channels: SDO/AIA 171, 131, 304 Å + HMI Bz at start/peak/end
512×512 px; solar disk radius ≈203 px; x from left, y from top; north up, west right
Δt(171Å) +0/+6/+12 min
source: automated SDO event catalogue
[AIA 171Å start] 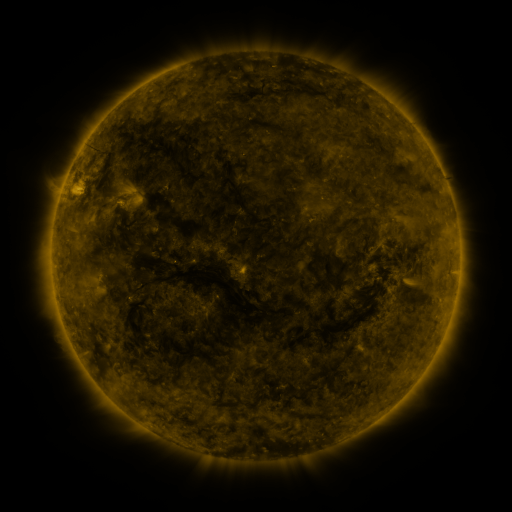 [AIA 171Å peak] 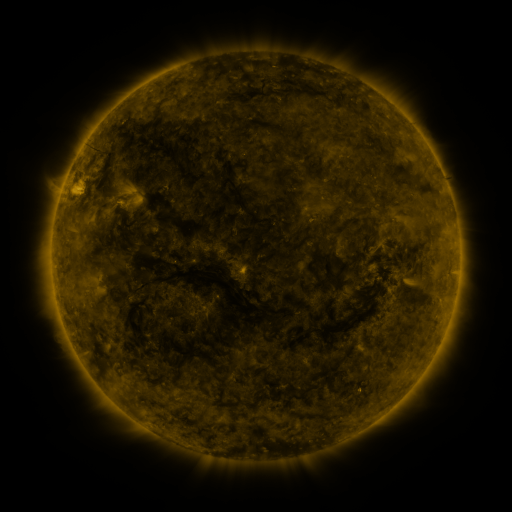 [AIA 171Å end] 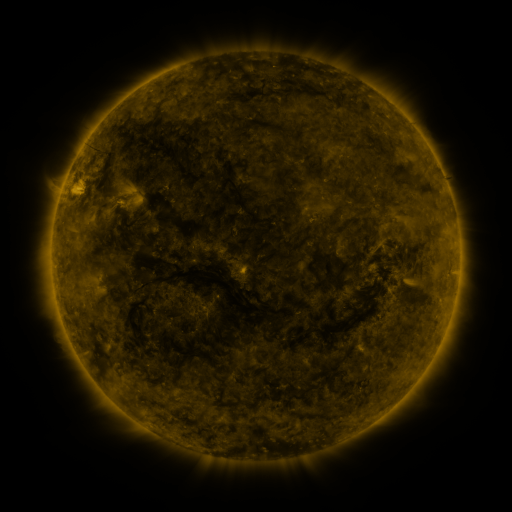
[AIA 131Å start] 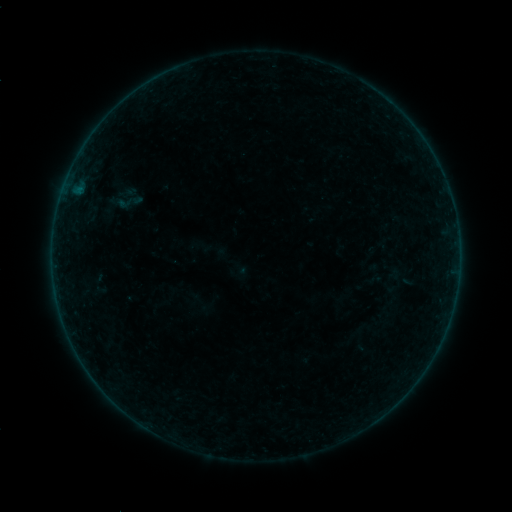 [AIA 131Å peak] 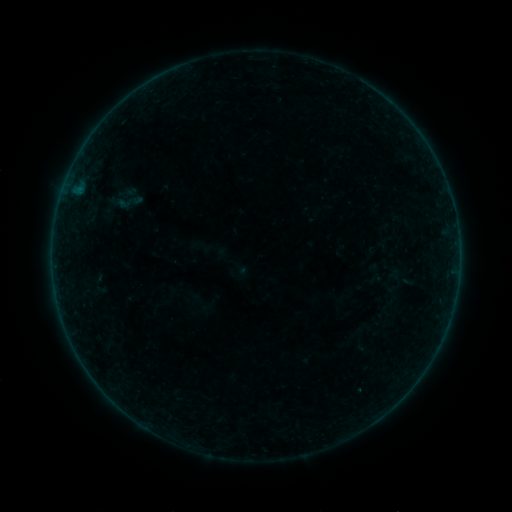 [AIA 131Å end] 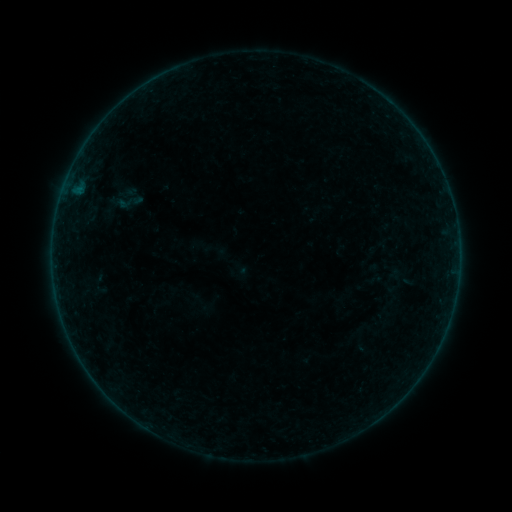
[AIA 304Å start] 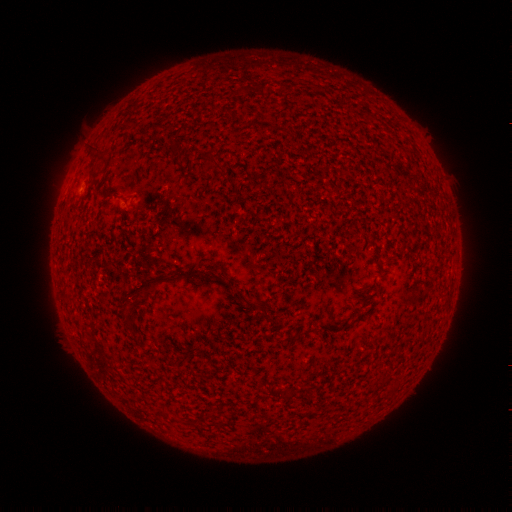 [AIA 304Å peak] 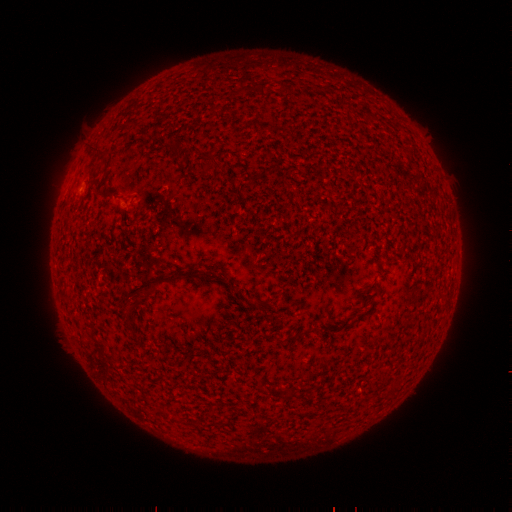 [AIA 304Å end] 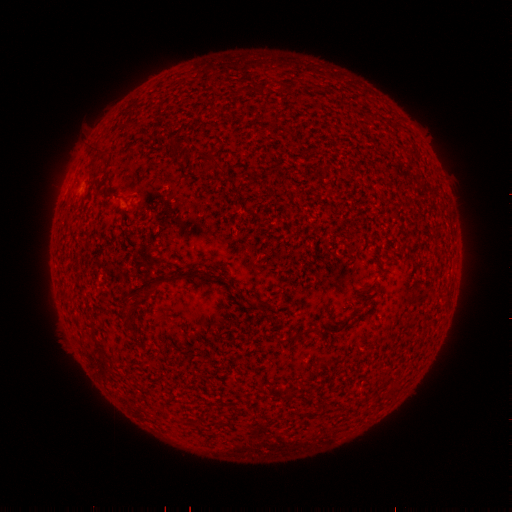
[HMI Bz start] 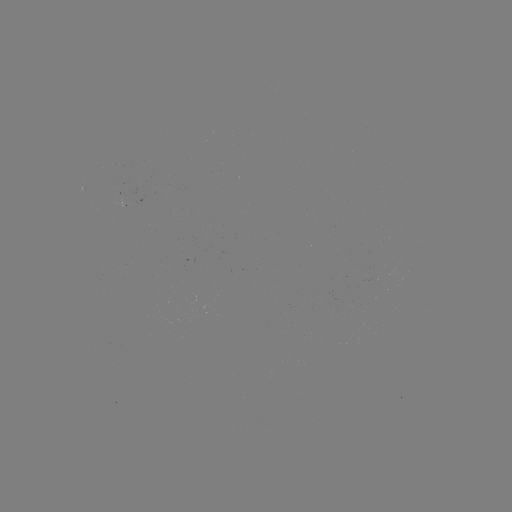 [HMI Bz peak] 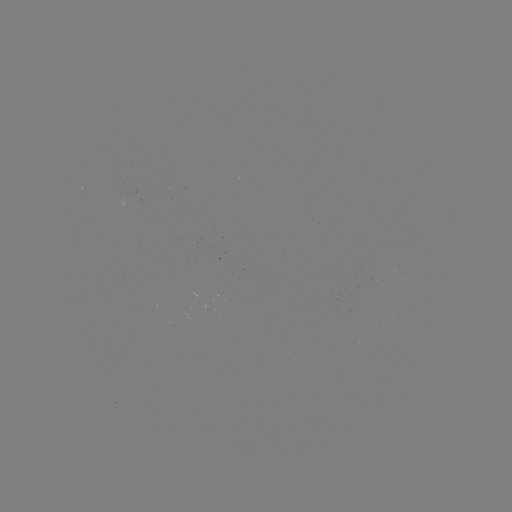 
no classed flare was catalogued and no EUV brightening was flagged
